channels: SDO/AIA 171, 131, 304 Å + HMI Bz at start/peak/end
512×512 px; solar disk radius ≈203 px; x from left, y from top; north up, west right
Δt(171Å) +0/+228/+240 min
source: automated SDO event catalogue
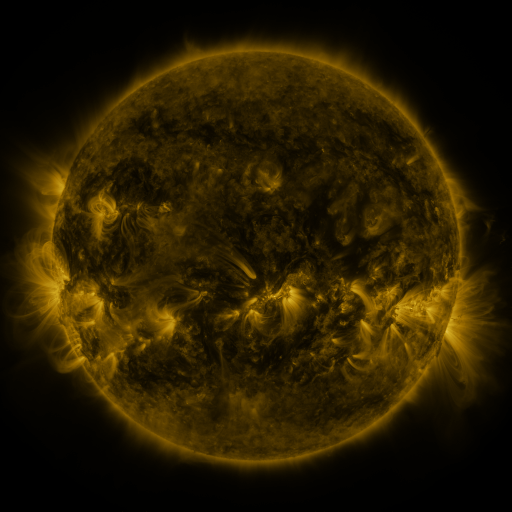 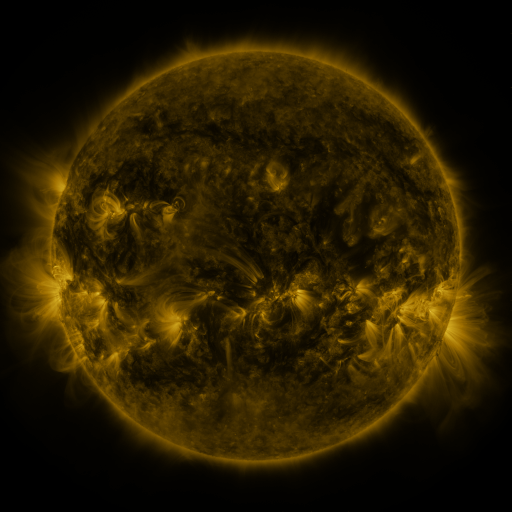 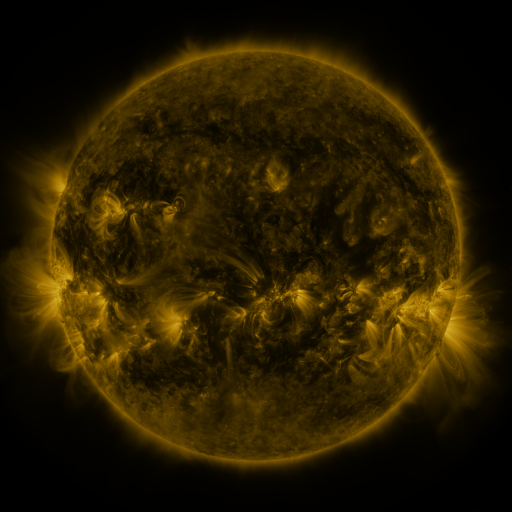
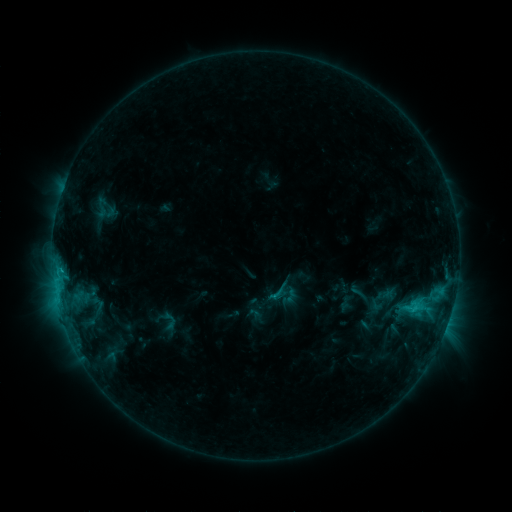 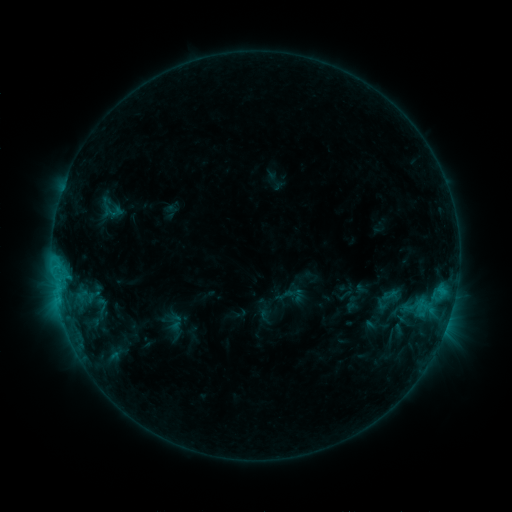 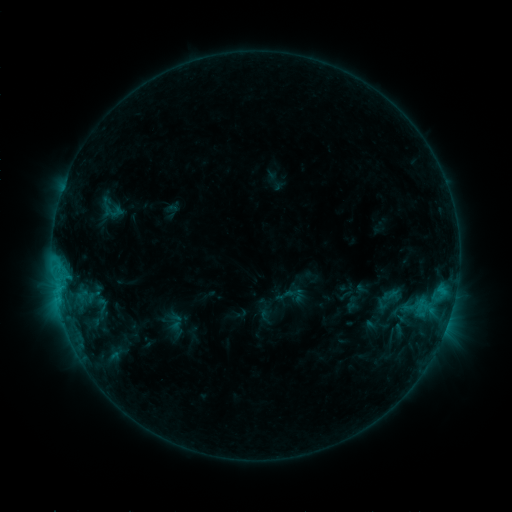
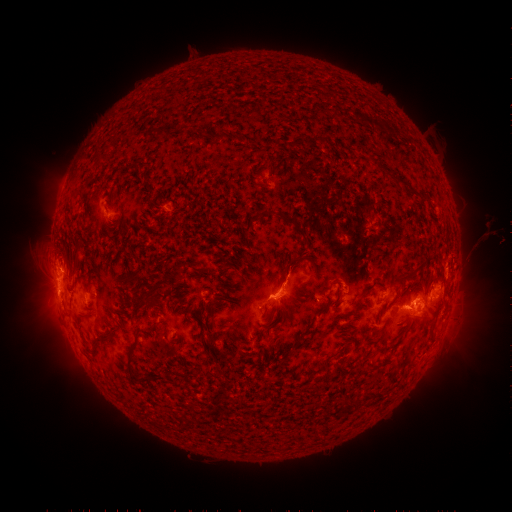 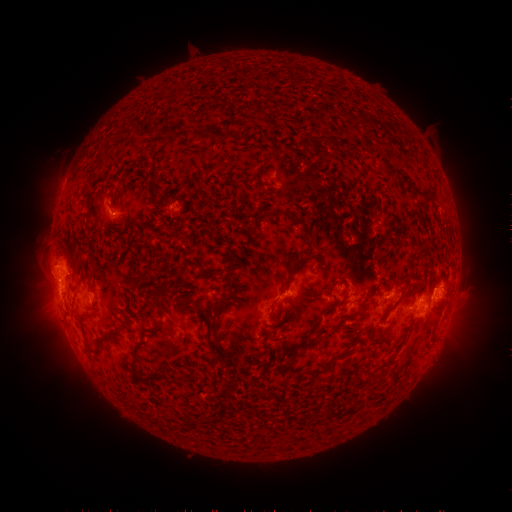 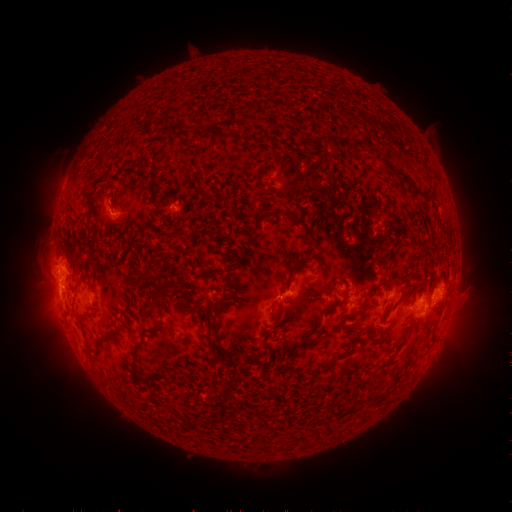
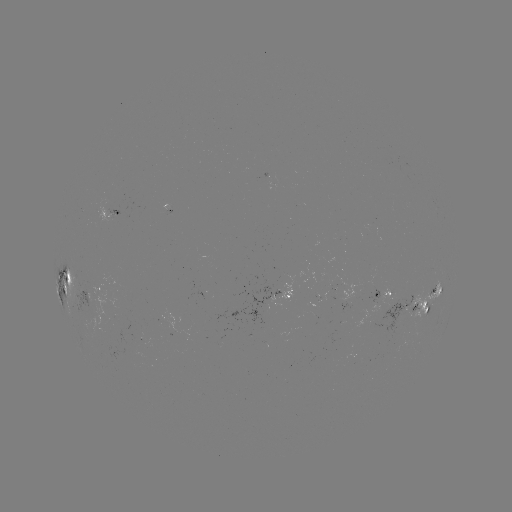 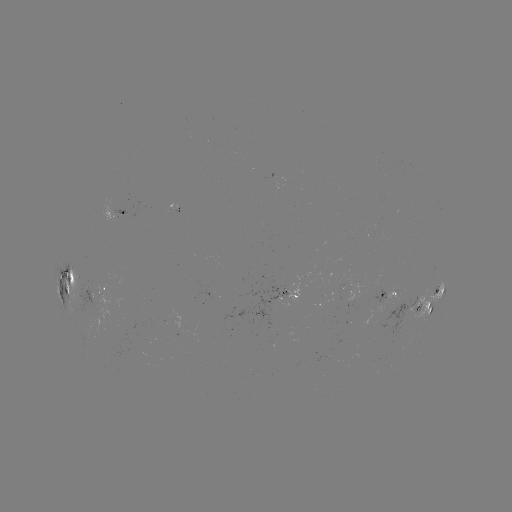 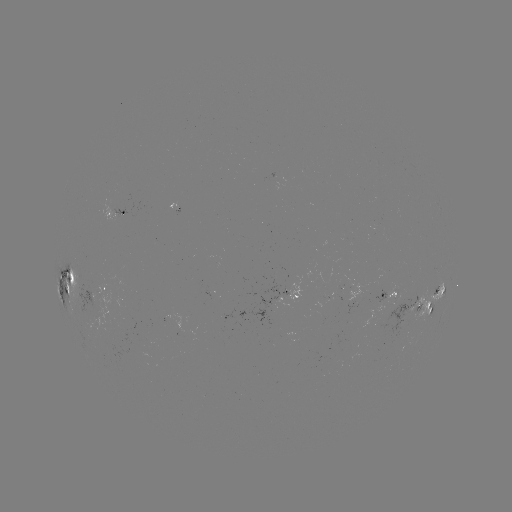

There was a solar emerging-flux region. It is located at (90, 297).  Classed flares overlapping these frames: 1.